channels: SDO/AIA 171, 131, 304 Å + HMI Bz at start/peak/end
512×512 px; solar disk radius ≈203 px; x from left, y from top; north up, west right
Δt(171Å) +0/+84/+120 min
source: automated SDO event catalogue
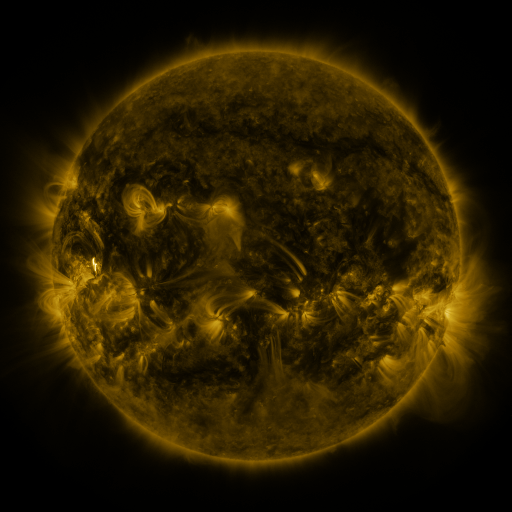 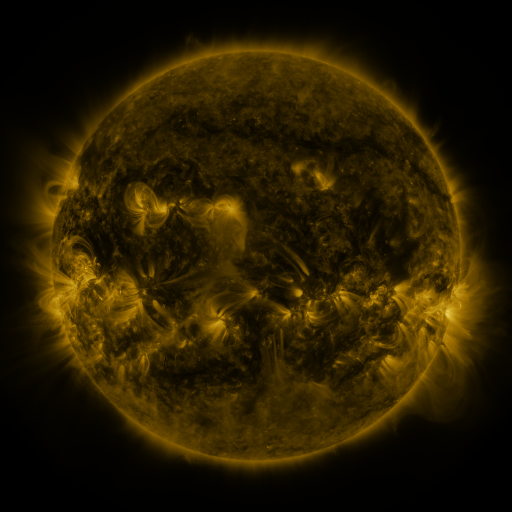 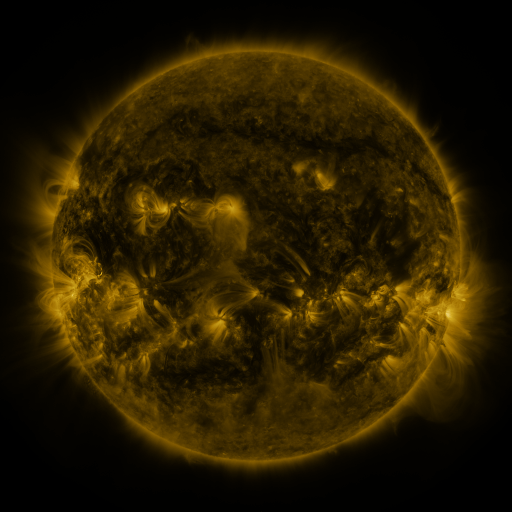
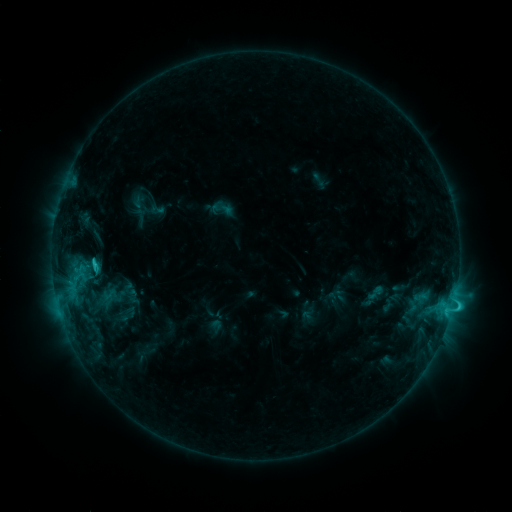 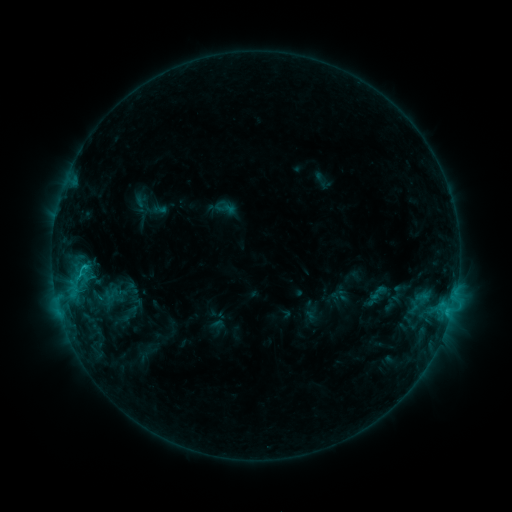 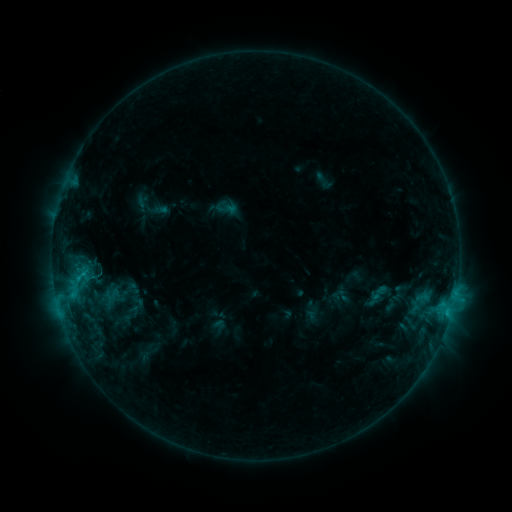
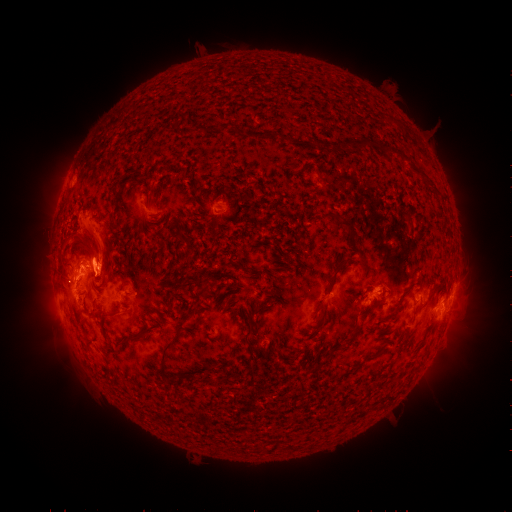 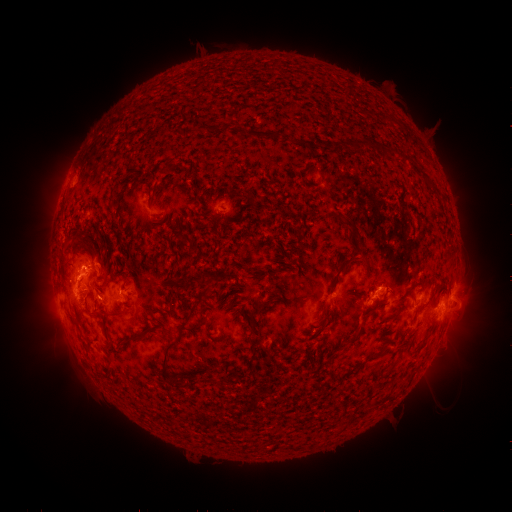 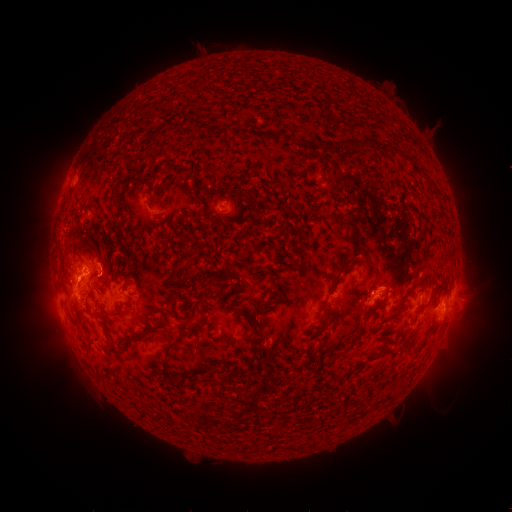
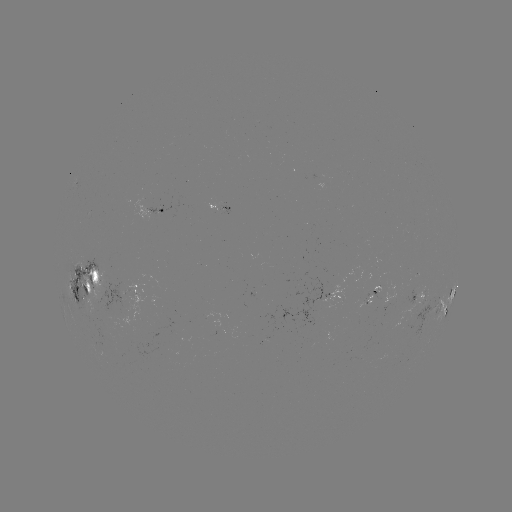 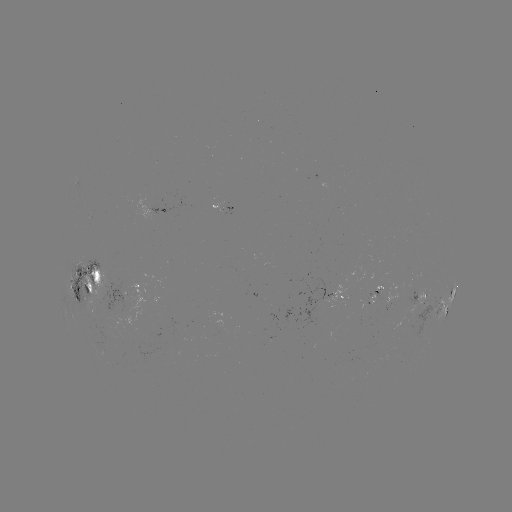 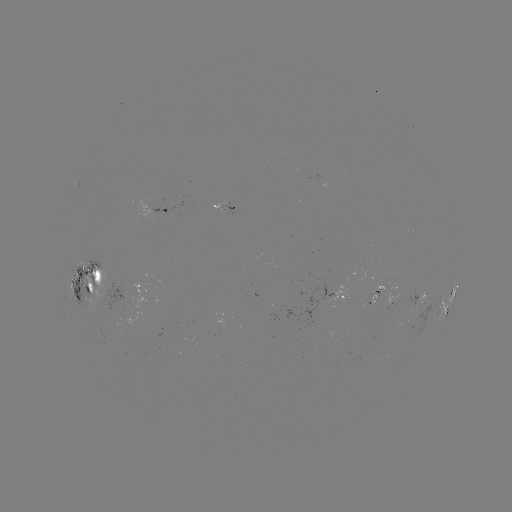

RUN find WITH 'emerging-flux region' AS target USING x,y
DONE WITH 412,291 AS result